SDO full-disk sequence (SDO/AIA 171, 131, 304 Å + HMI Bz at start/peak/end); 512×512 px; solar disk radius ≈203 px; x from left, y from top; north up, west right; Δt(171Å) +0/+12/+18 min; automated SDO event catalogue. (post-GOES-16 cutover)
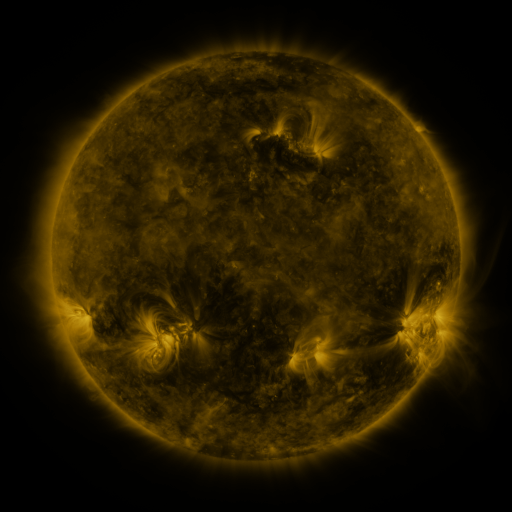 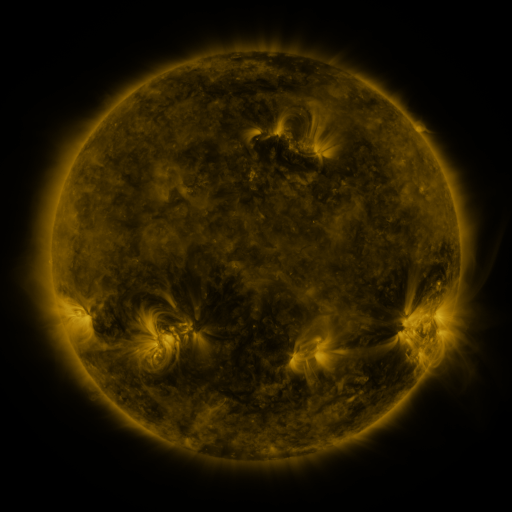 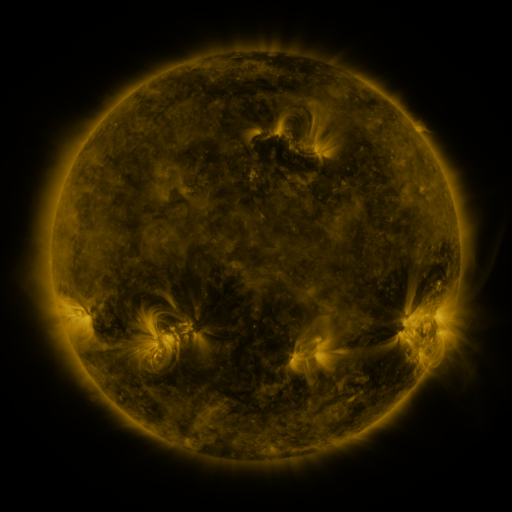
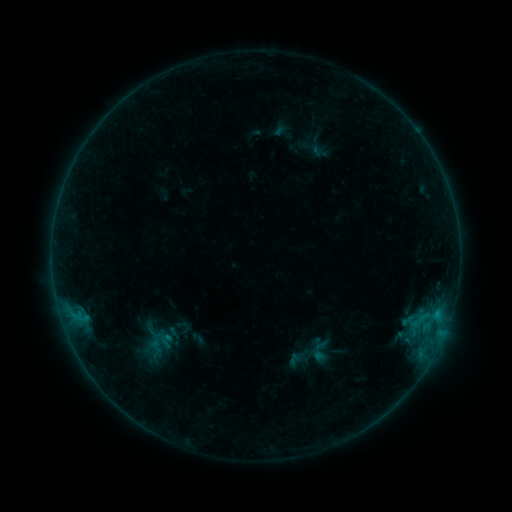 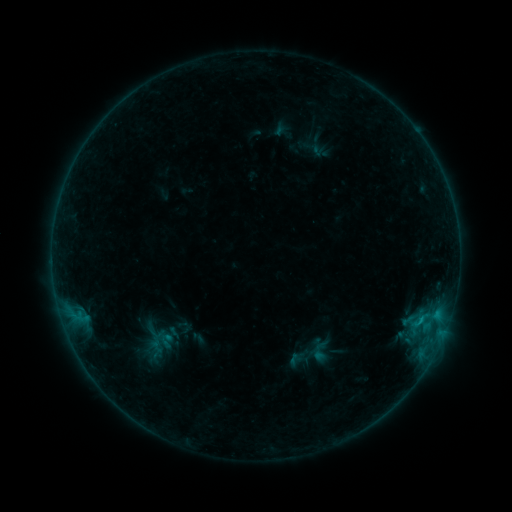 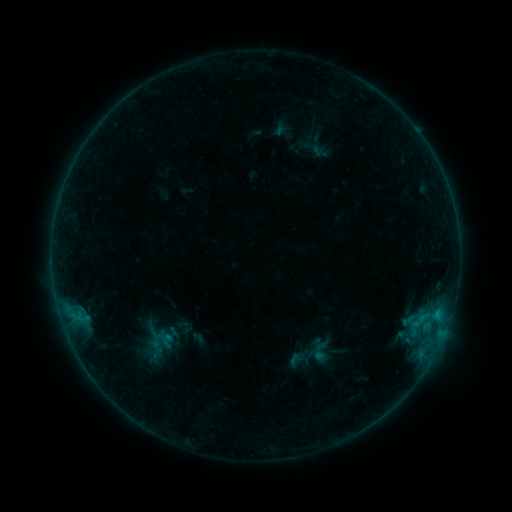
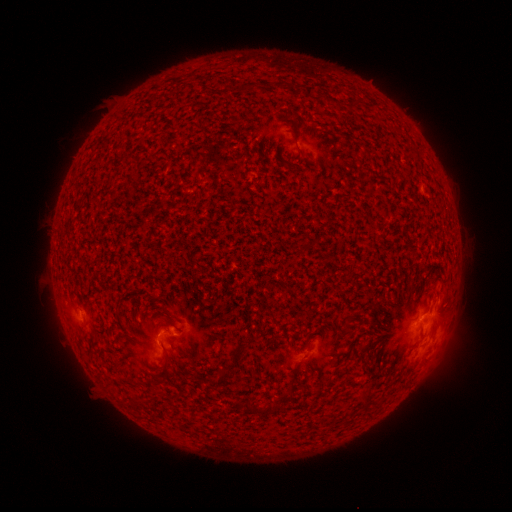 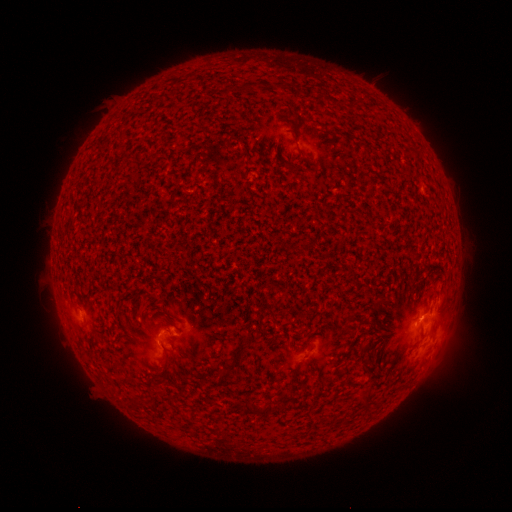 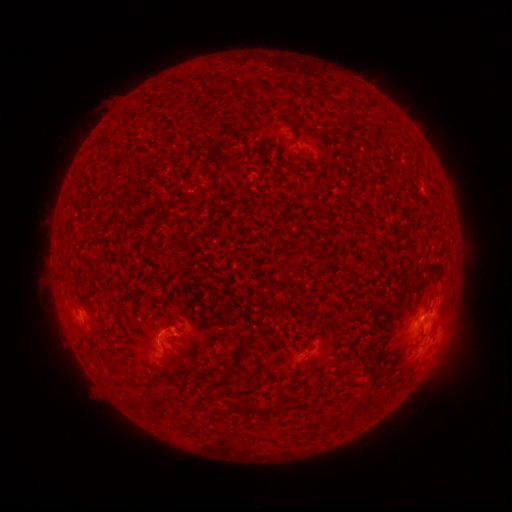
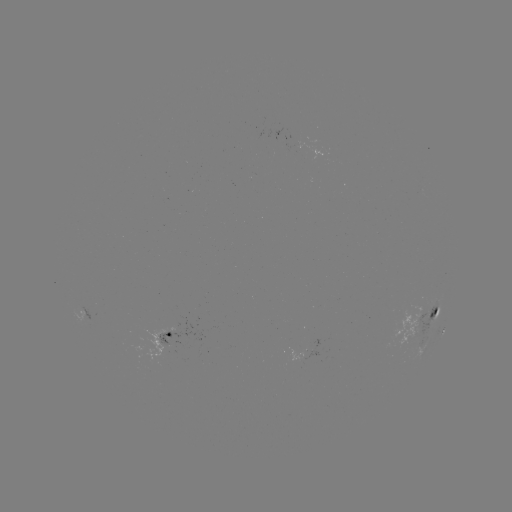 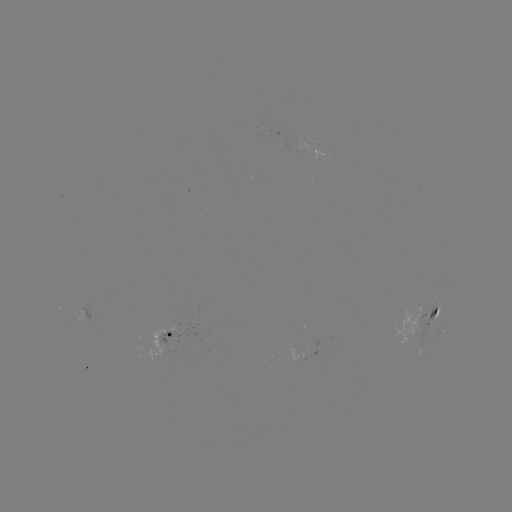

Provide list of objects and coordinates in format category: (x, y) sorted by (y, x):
B4.8 flare: (420, 319)
